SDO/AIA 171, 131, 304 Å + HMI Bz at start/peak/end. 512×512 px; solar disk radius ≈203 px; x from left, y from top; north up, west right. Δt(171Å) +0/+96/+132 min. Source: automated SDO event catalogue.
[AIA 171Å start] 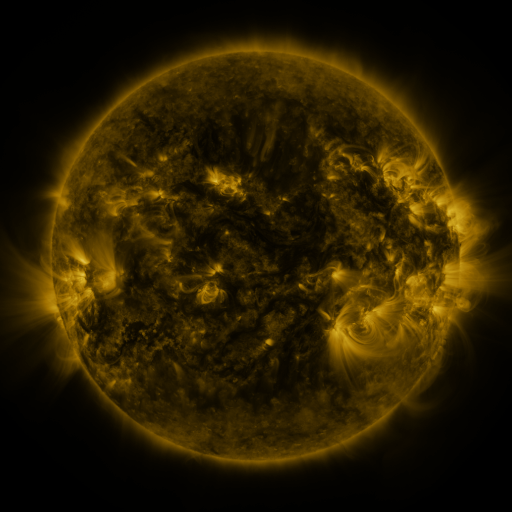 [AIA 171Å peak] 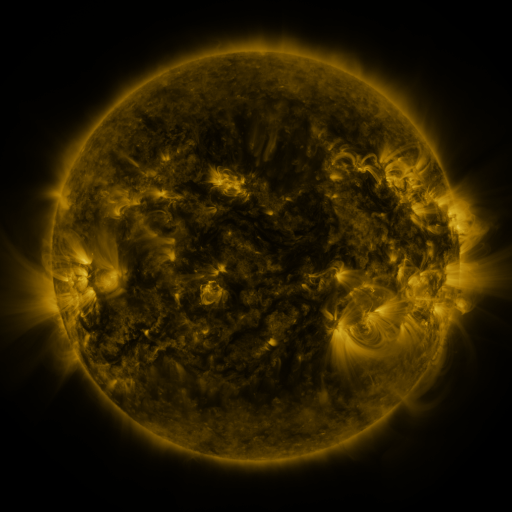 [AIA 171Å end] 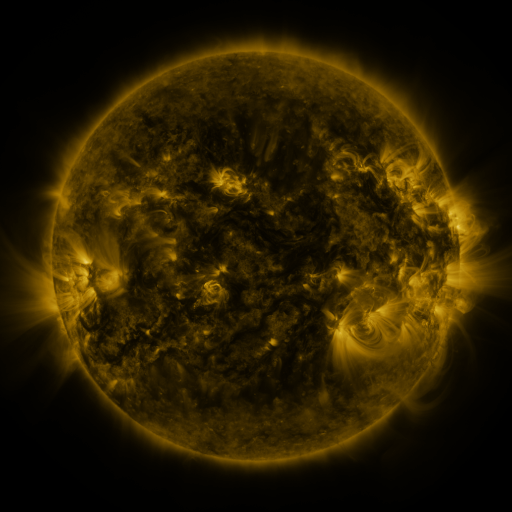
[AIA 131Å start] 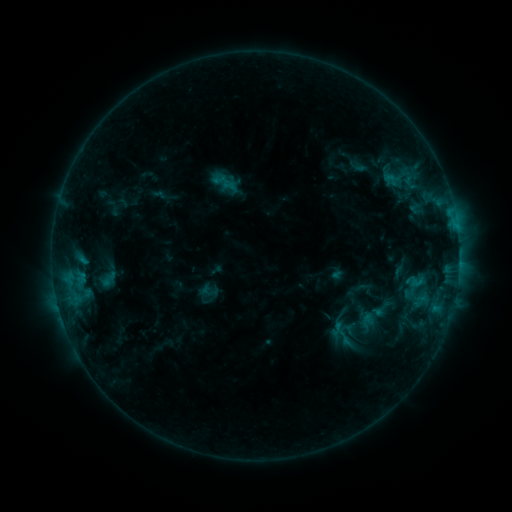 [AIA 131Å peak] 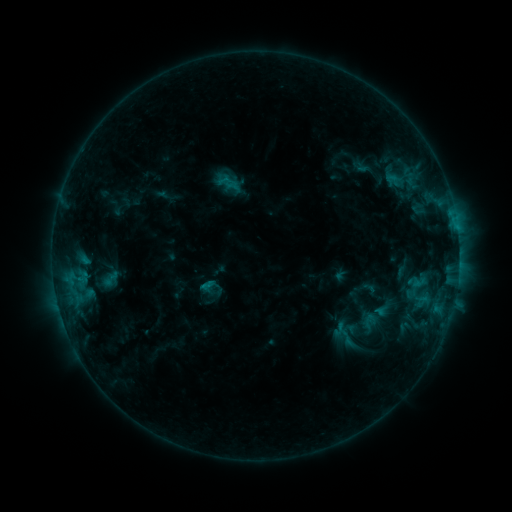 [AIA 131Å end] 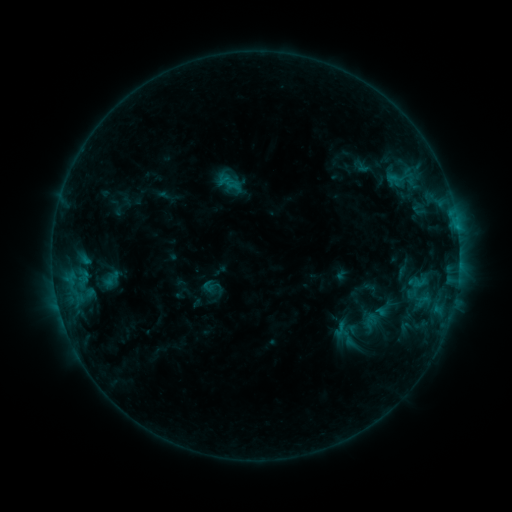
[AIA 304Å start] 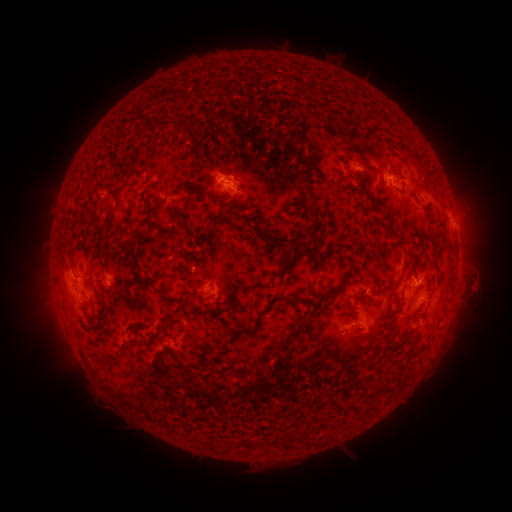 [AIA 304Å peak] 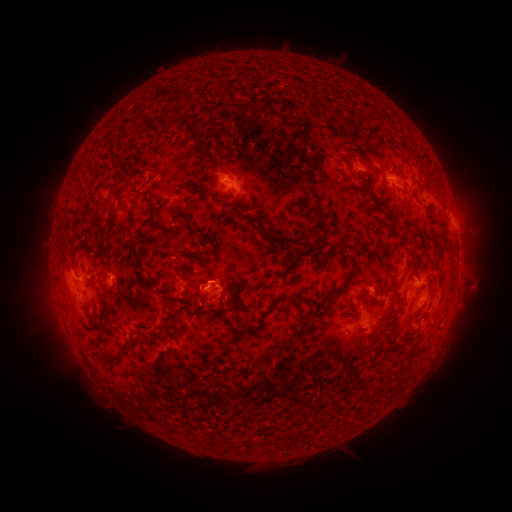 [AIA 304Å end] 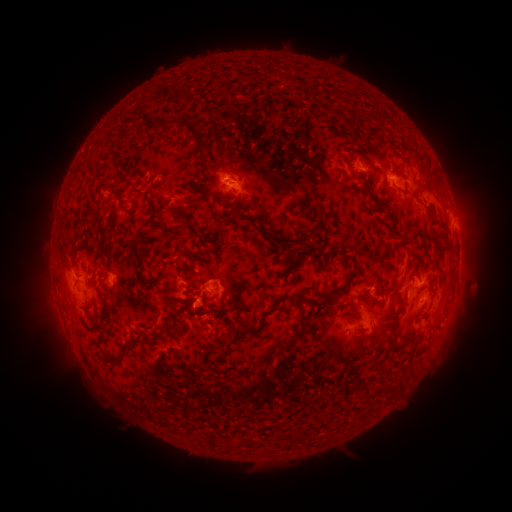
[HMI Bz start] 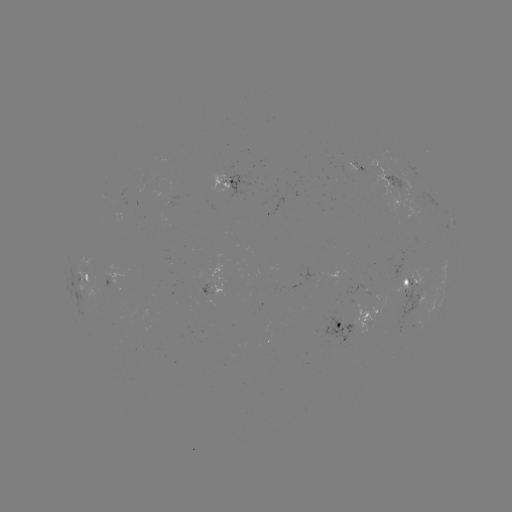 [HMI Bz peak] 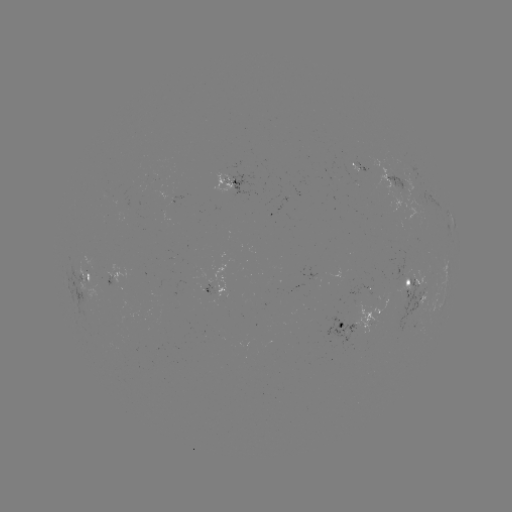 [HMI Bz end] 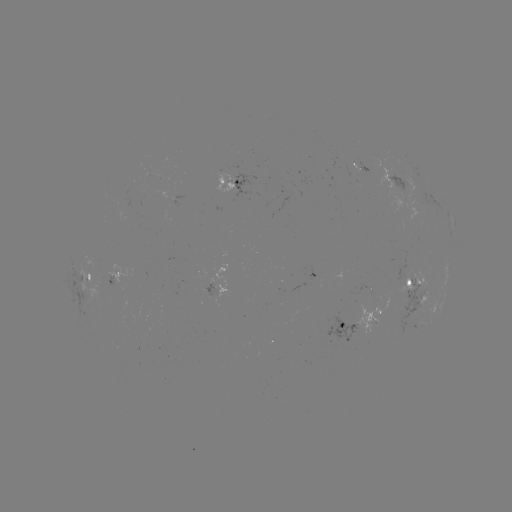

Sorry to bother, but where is emerging-flux region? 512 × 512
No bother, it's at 158,285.